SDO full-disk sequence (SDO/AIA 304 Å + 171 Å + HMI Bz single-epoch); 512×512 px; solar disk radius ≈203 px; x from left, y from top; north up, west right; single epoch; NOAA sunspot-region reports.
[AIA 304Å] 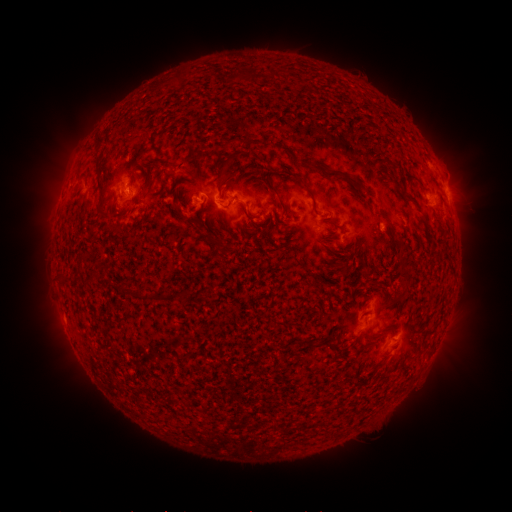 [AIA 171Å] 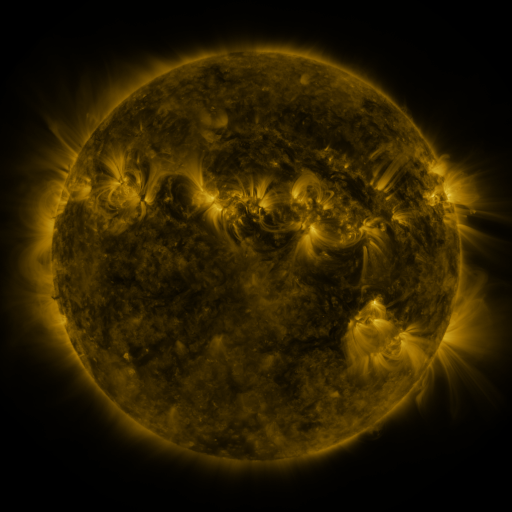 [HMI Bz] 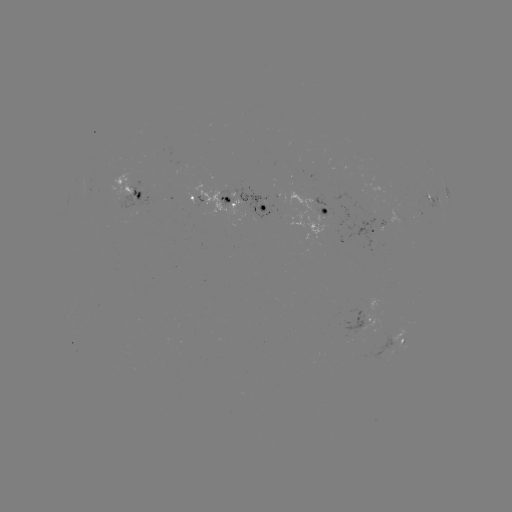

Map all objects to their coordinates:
spotted active region: (130, 190)
spotted active region: (90, 192)
spotted active region: (448, 193)
spotted active region: (198, 201)
spotted active region: (433, 202)
spotted active region: (245, 205)
spotted active region: (323, 211)
spotted active region: (371, 232)
spotted active region: (371, 313)
spotted active region: (402, 342)
